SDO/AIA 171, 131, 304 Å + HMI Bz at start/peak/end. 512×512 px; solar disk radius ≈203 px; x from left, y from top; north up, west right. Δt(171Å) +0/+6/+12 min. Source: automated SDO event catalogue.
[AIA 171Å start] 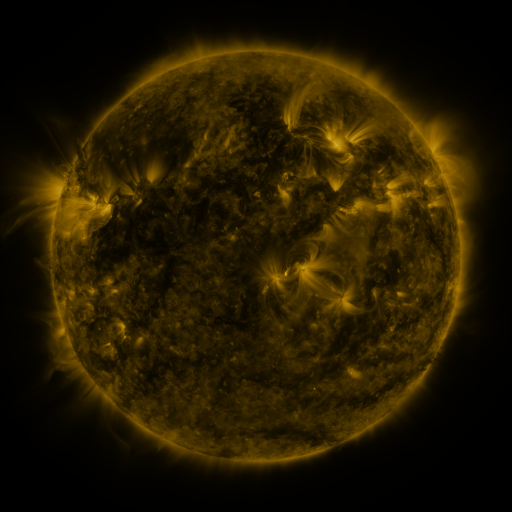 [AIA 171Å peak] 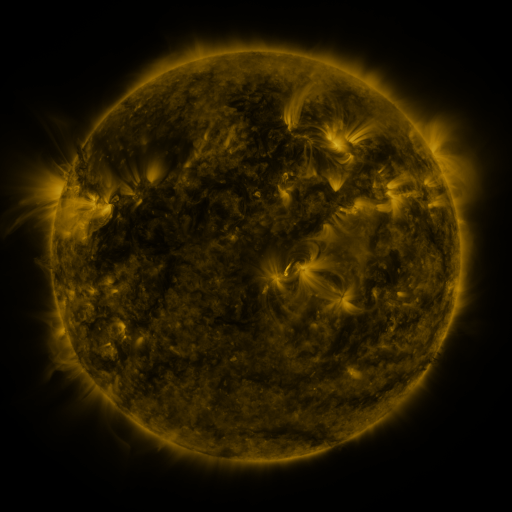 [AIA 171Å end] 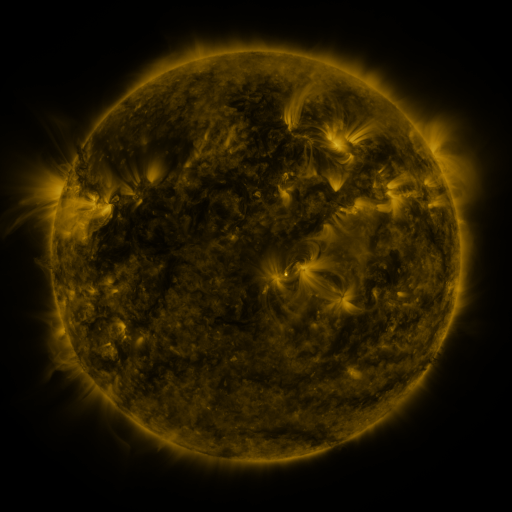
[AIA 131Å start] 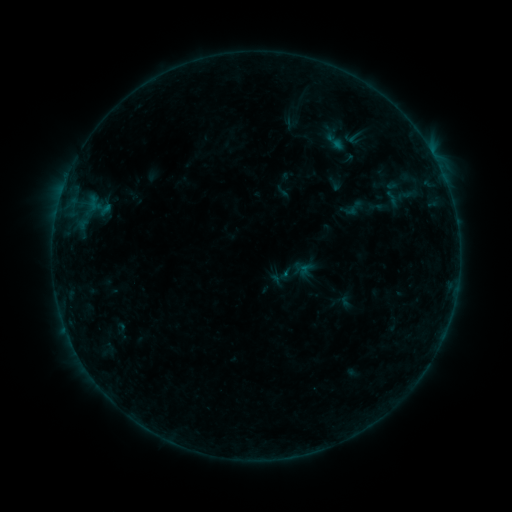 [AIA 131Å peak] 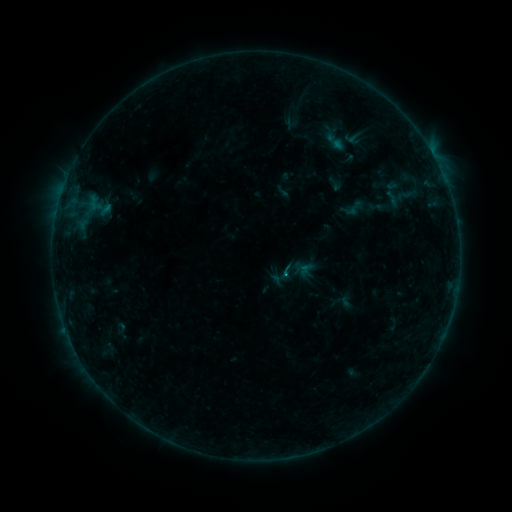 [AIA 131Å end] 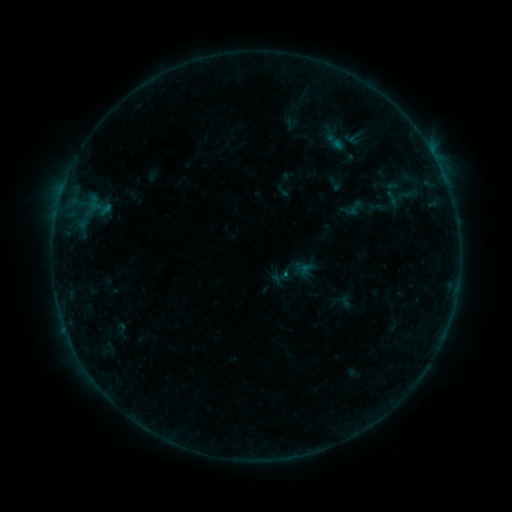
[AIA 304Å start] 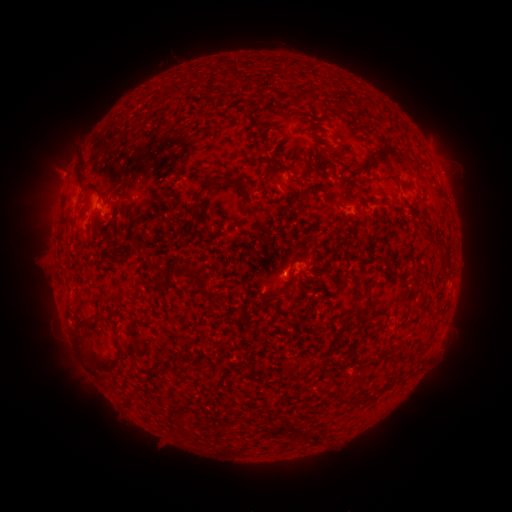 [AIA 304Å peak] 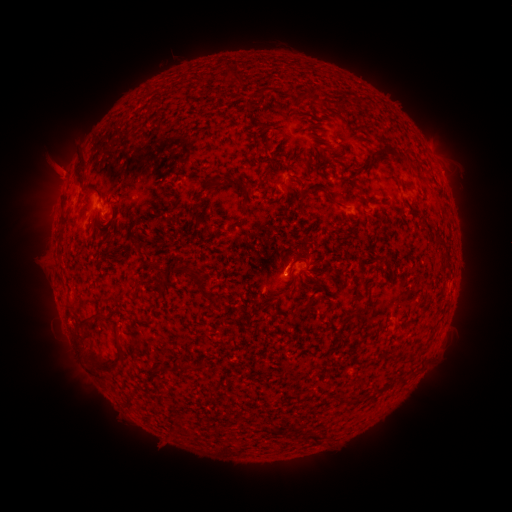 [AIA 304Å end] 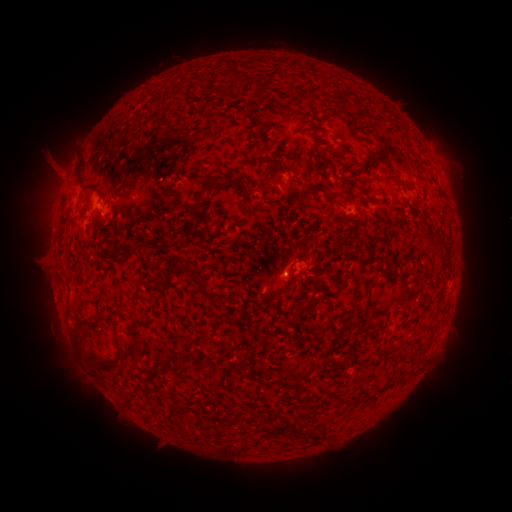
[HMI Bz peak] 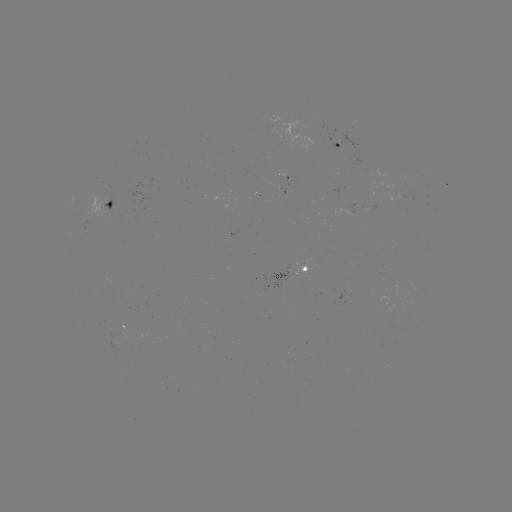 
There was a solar flare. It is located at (283, 270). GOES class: B3.0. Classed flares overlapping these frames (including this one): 1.